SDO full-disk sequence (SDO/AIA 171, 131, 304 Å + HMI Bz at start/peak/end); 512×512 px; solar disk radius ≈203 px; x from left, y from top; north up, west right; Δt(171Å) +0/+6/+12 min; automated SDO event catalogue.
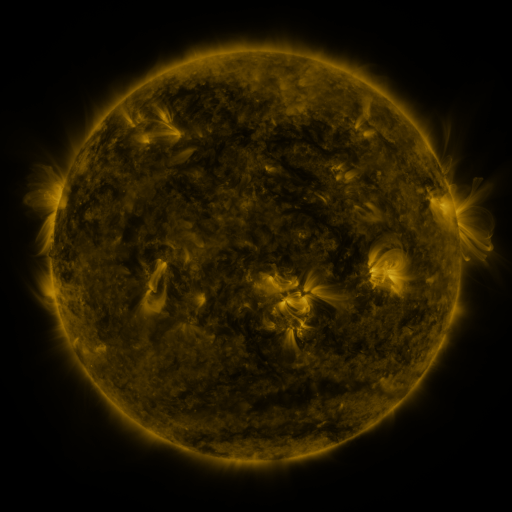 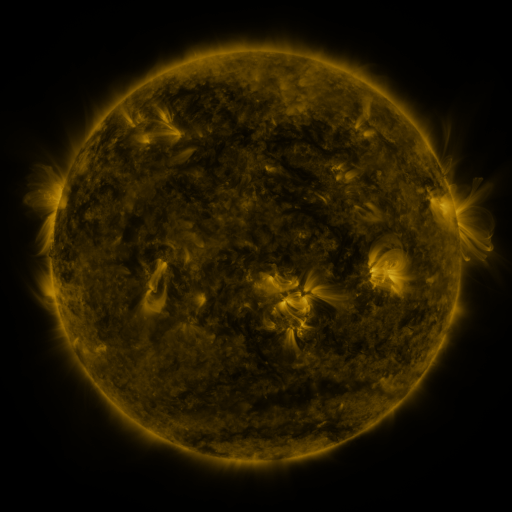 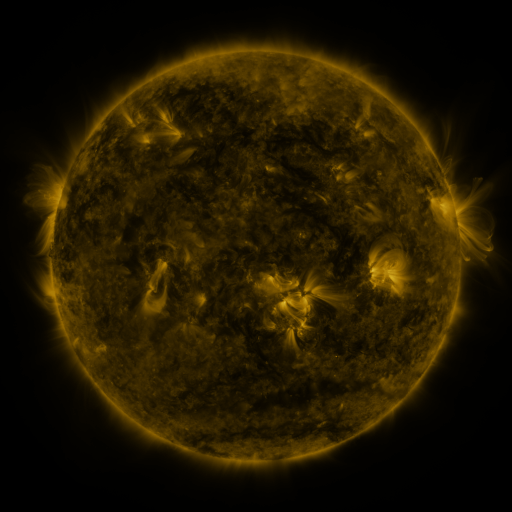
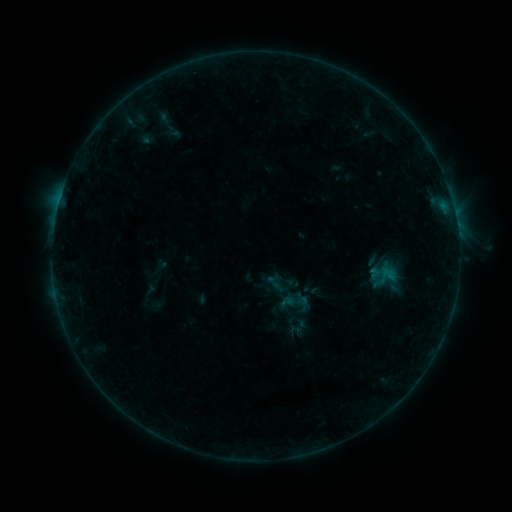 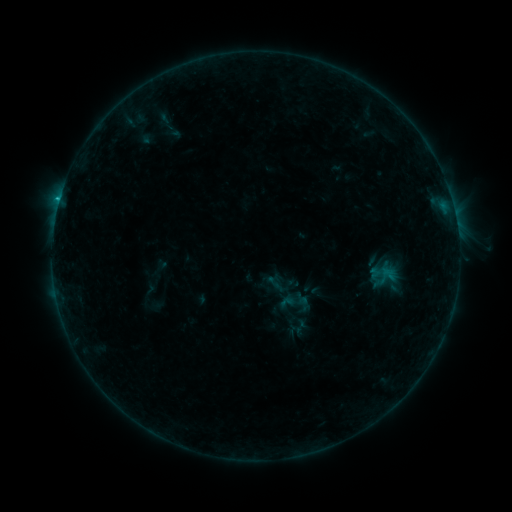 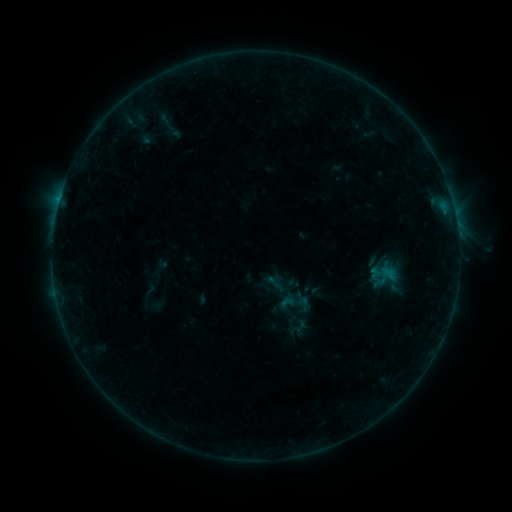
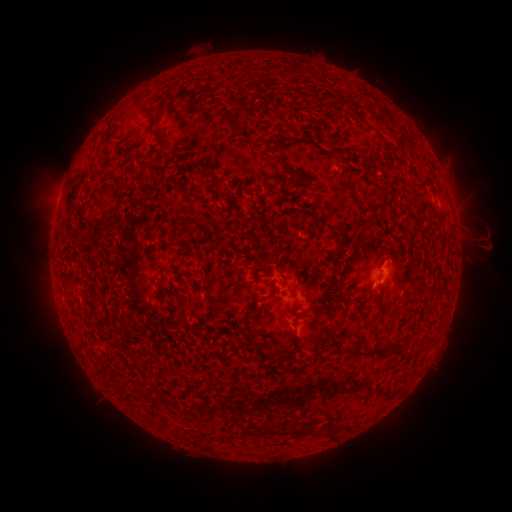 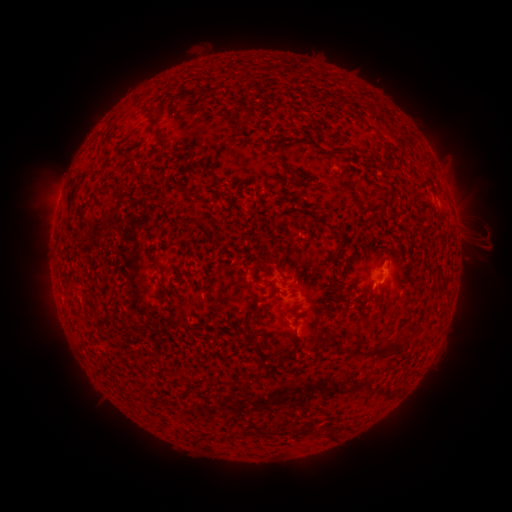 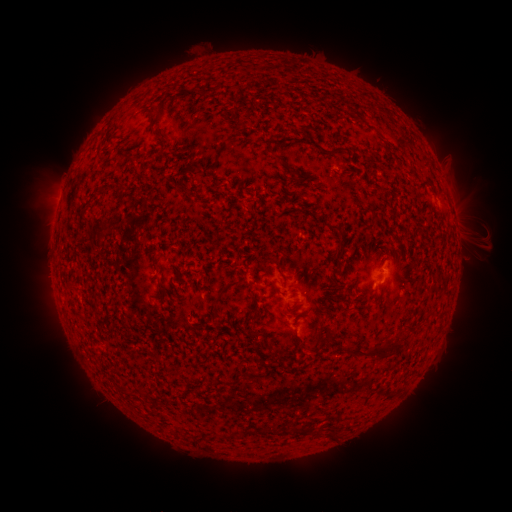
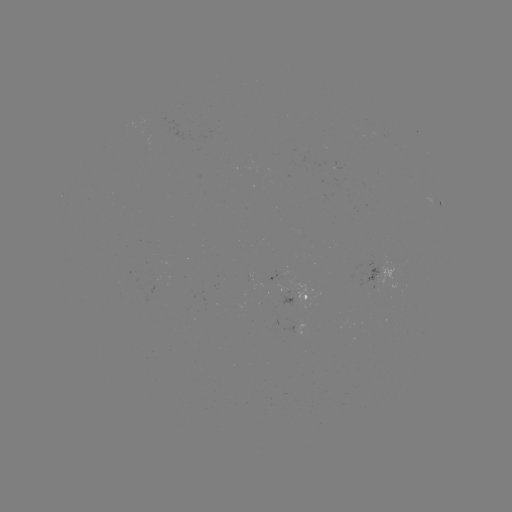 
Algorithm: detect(B5.4 flare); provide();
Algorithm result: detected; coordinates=[60, 202]